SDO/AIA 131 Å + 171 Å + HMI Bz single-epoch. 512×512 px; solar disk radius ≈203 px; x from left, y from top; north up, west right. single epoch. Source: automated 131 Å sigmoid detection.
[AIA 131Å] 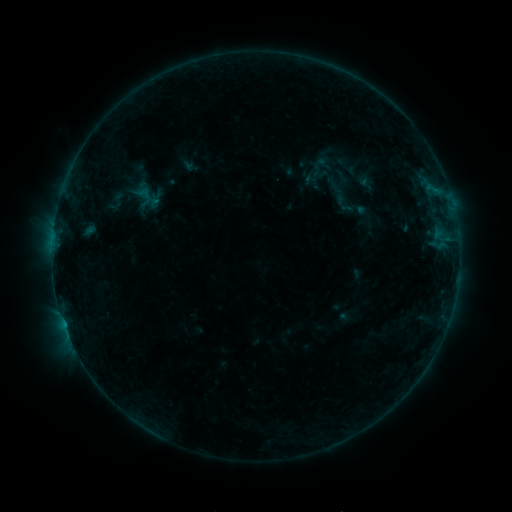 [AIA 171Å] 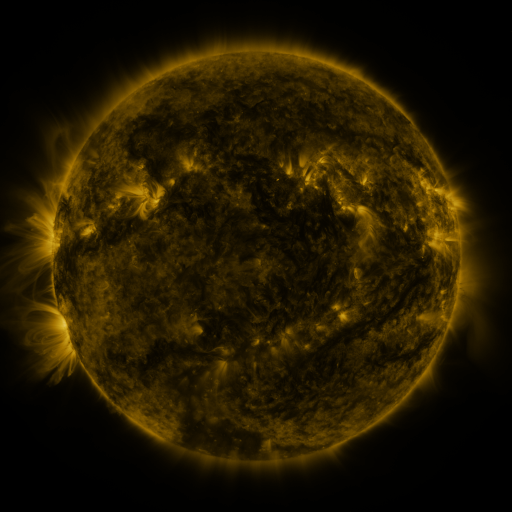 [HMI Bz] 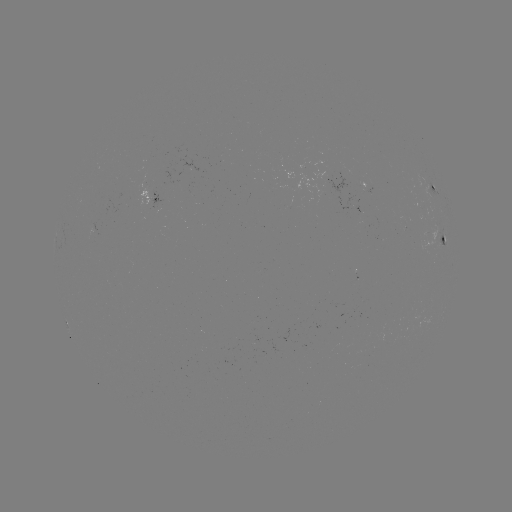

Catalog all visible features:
sigmoid: (118, 198)
